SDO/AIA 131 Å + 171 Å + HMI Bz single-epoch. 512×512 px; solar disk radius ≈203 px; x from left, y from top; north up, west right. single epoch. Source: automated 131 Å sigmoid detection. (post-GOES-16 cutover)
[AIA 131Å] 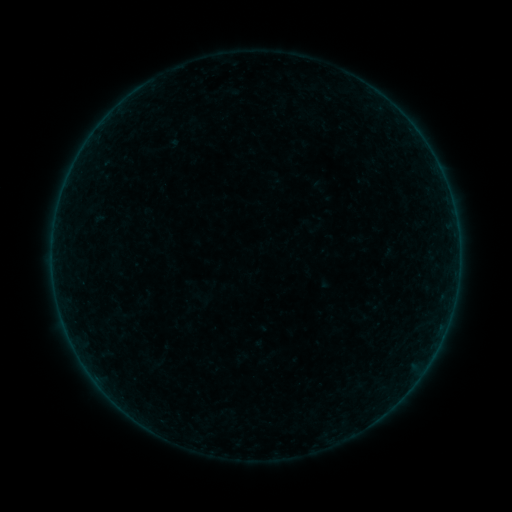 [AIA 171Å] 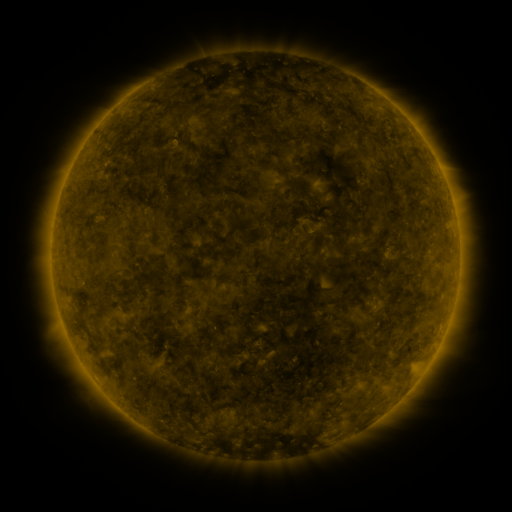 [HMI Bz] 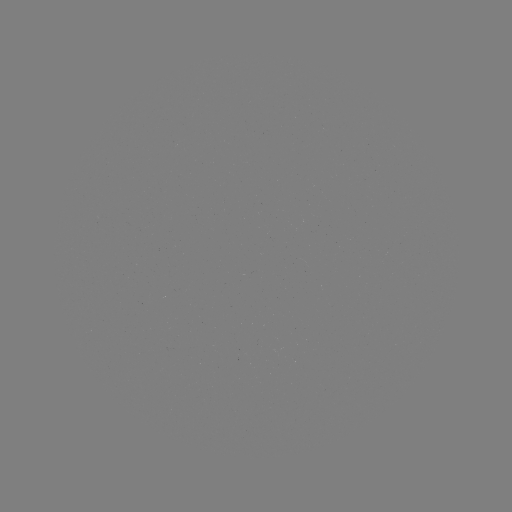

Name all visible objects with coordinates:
sigmoid: [300, 218, 318, 235]
